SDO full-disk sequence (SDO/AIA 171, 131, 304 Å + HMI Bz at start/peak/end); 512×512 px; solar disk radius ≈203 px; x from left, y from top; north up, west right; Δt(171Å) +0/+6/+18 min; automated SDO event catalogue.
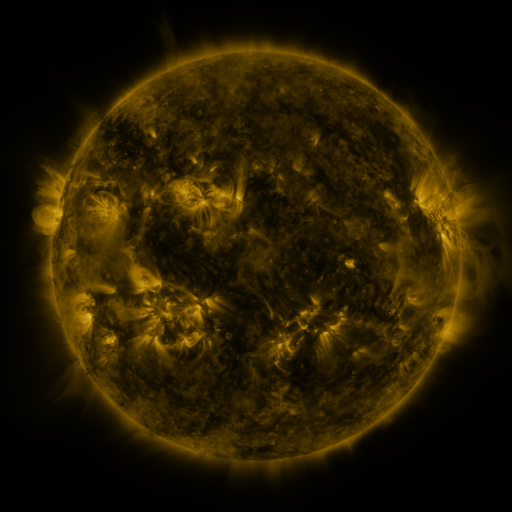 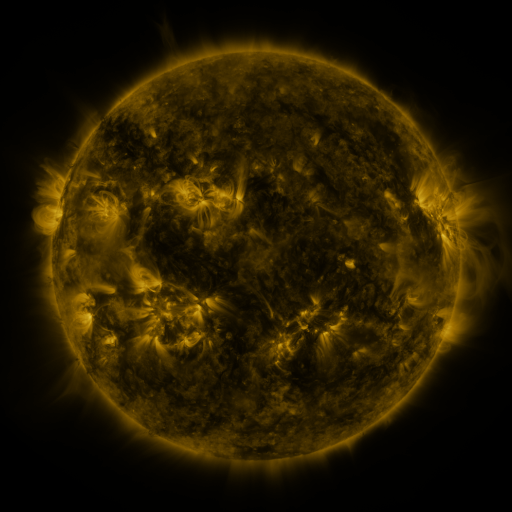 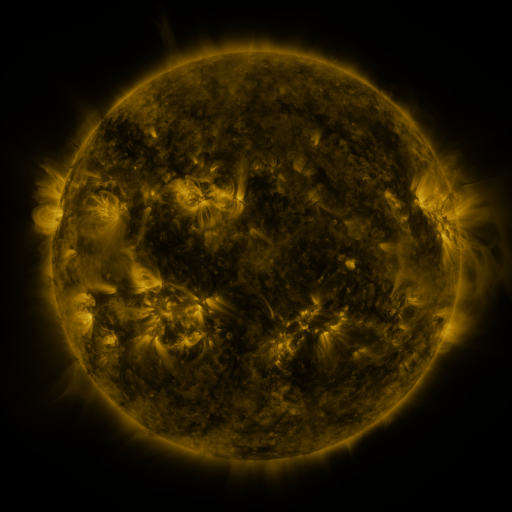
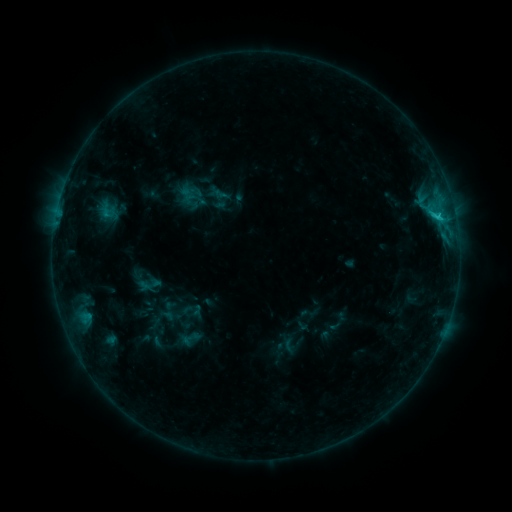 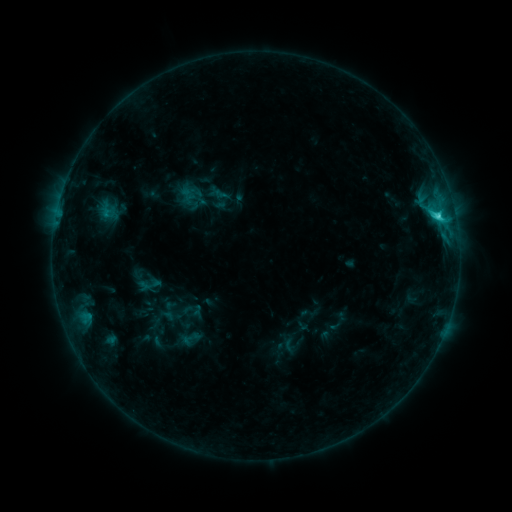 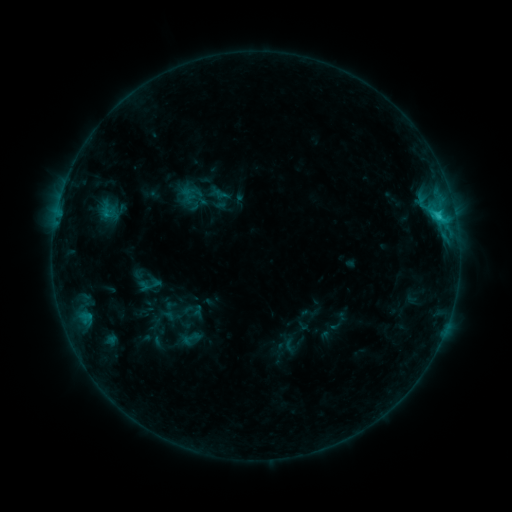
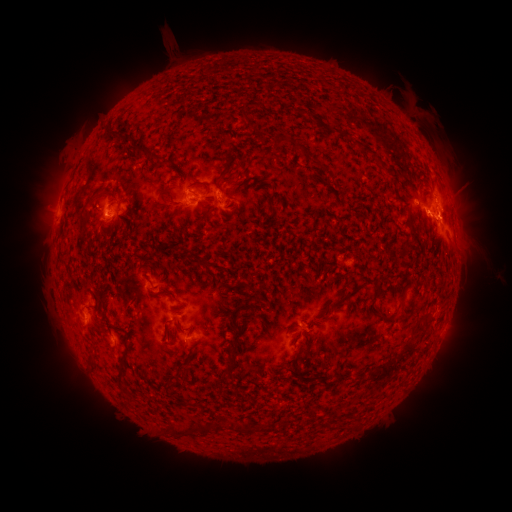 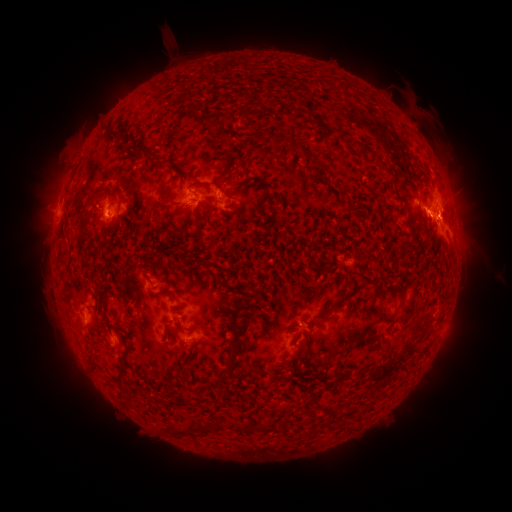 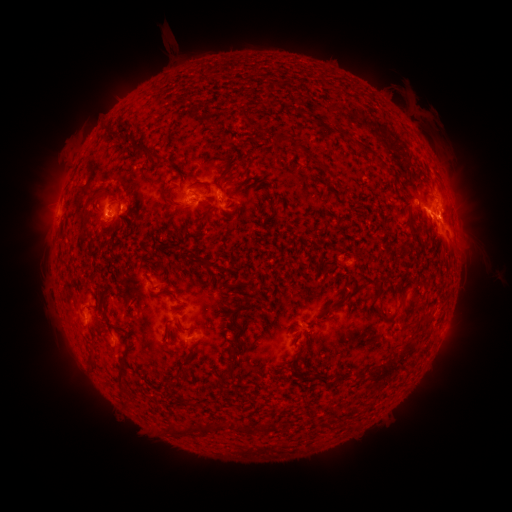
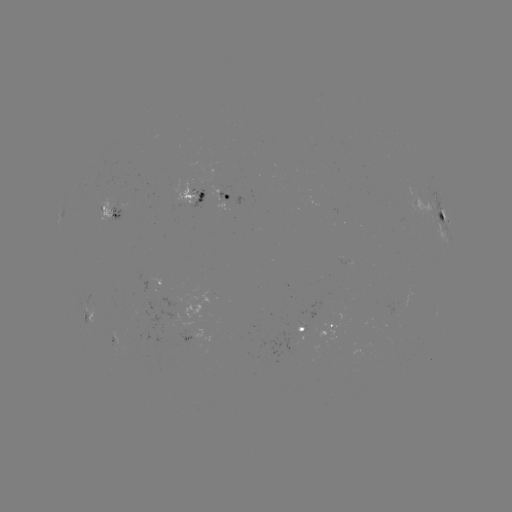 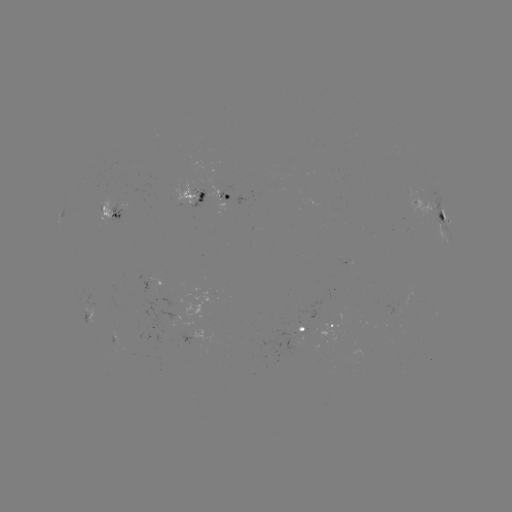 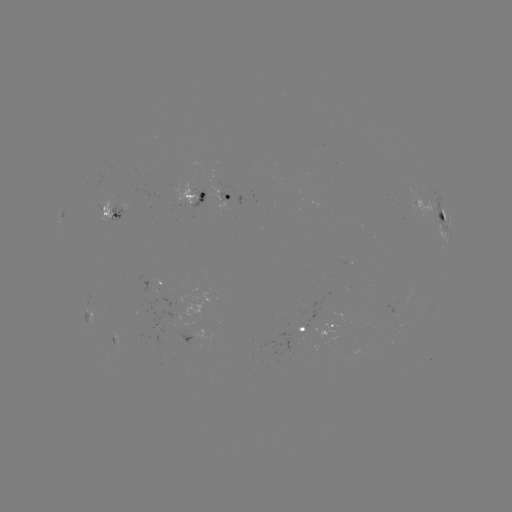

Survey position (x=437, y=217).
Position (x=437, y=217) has C2.5 flare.